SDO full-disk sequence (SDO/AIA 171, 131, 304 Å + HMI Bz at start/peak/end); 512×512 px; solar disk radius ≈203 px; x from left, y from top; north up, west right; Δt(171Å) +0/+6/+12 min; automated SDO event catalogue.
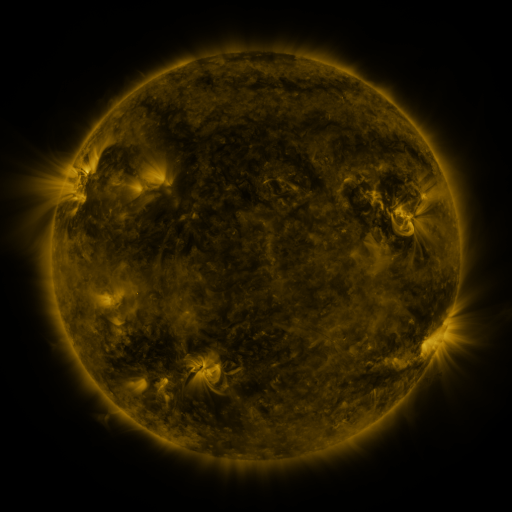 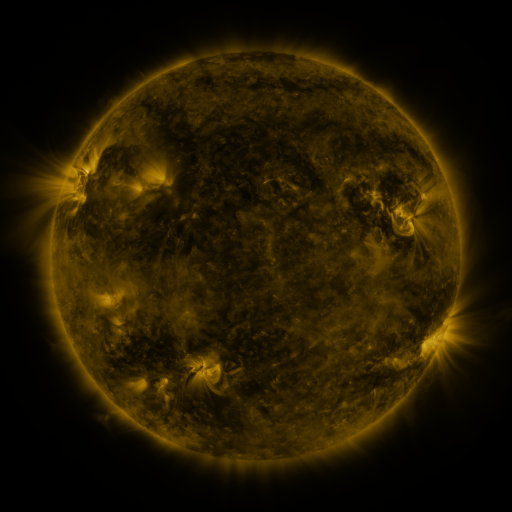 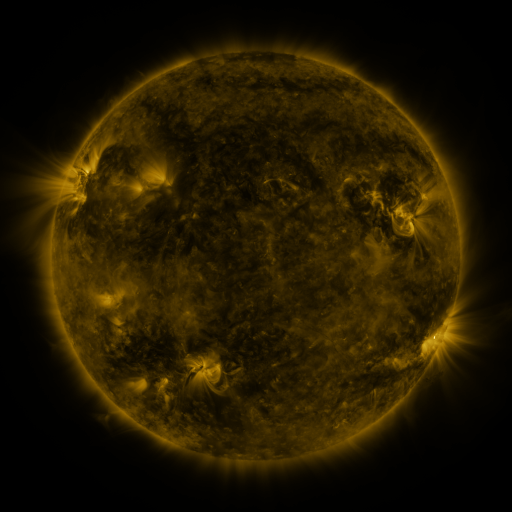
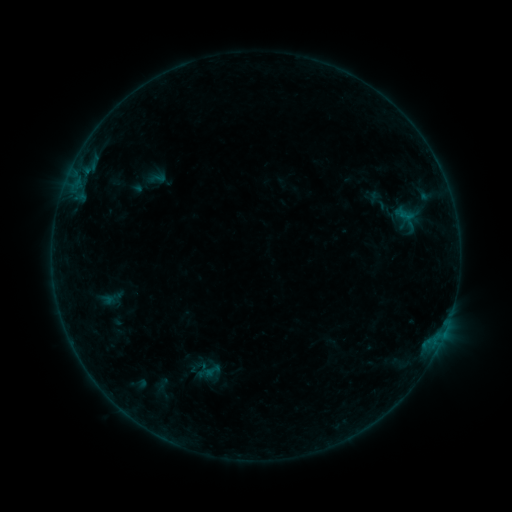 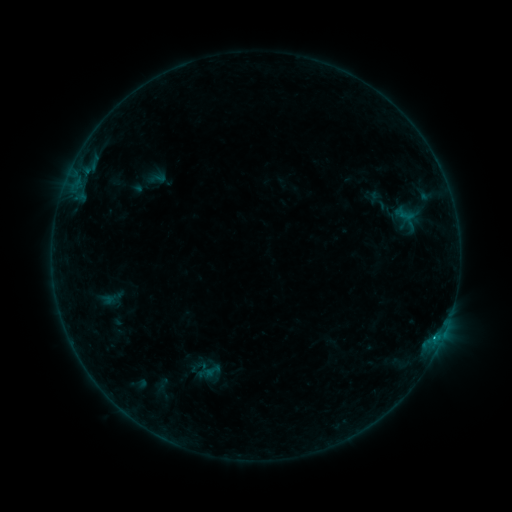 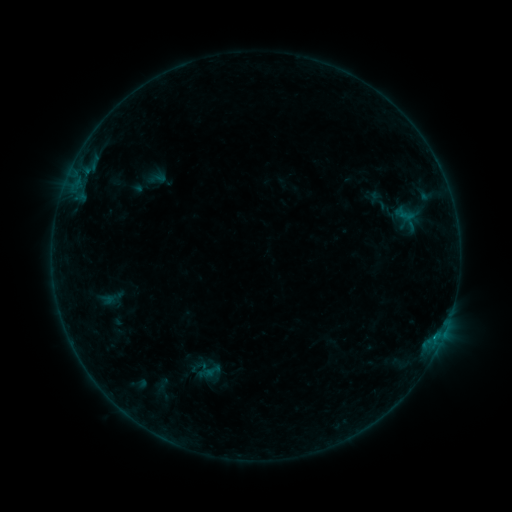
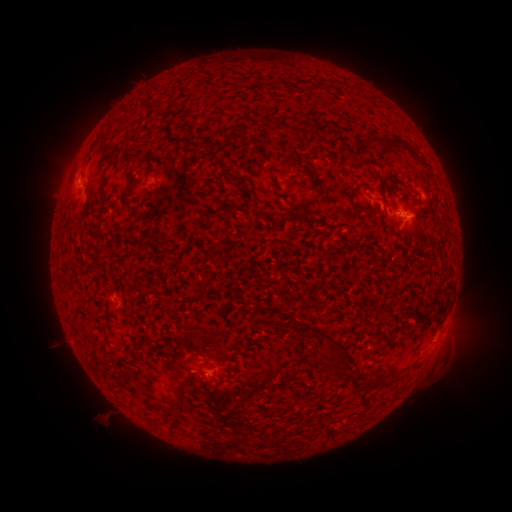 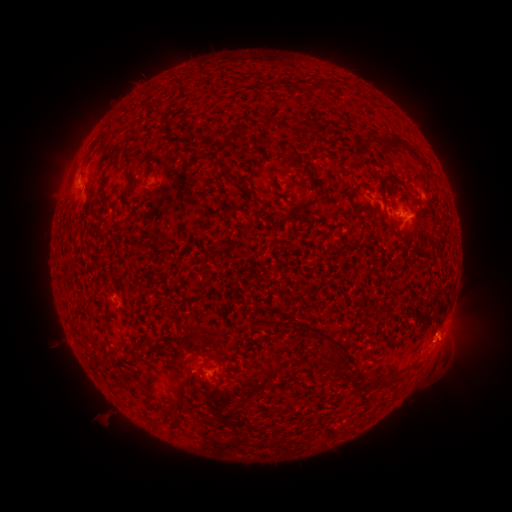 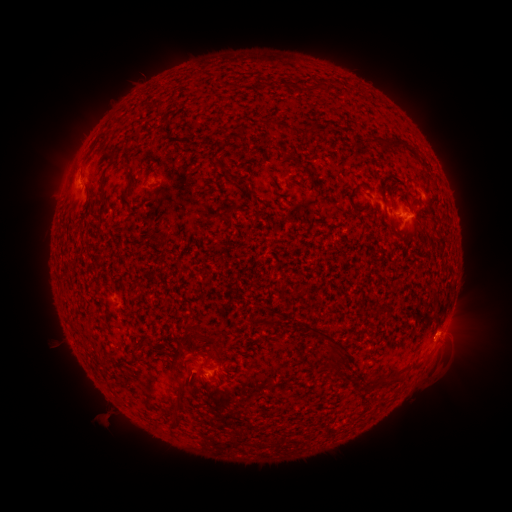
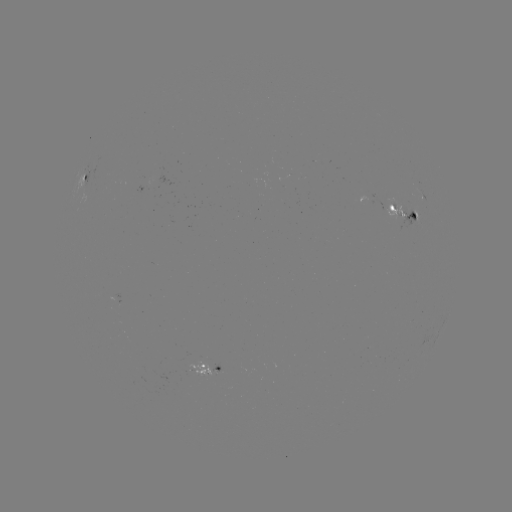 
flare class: B3.4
